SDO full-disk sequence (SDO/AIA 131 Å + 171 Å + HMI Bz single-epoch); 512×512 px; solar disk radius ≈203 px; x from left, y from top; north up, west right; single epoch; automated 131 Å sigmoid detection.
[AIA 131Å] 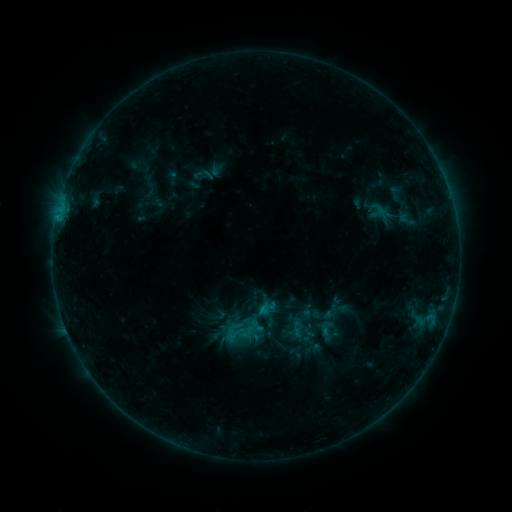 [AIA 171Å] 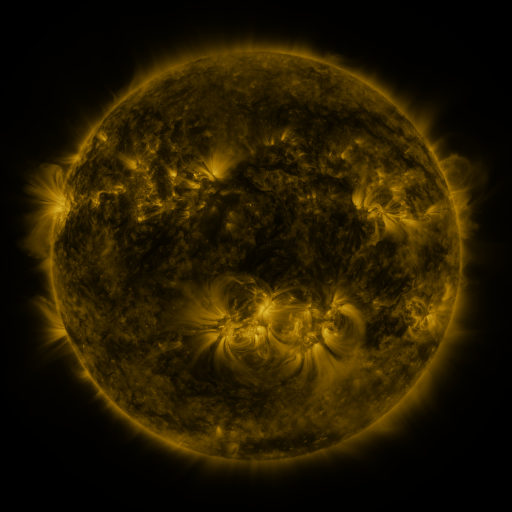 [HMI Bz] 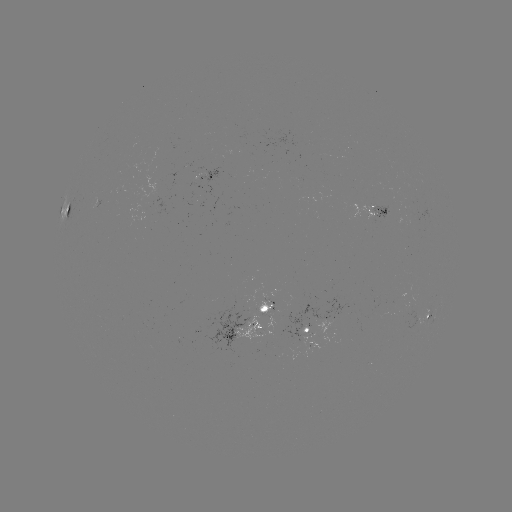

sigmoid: <bbox>394, 209, 418, 230</bbox>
